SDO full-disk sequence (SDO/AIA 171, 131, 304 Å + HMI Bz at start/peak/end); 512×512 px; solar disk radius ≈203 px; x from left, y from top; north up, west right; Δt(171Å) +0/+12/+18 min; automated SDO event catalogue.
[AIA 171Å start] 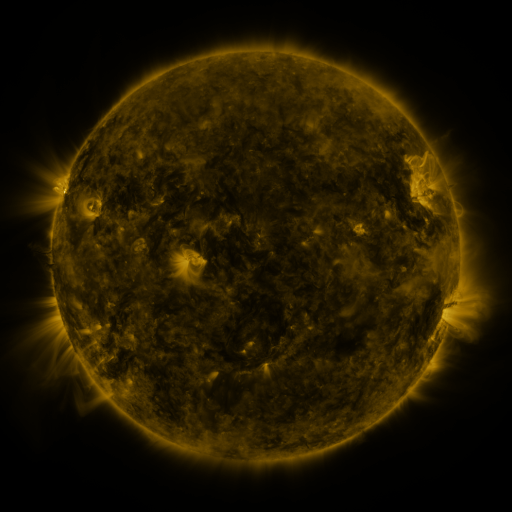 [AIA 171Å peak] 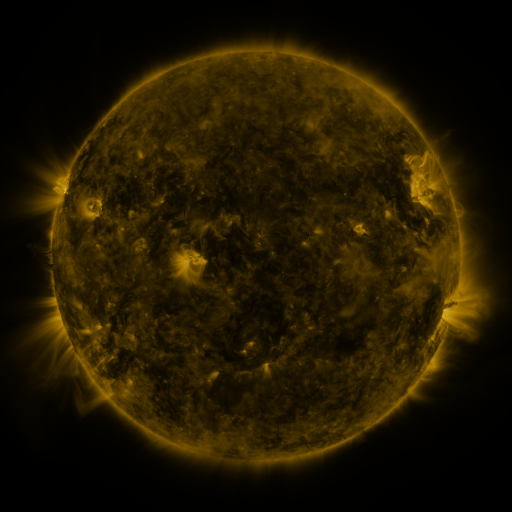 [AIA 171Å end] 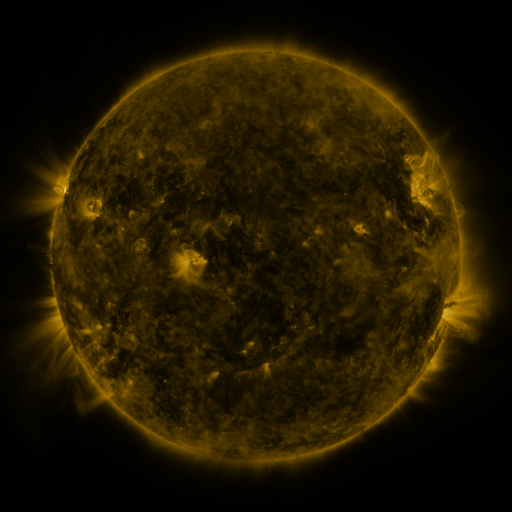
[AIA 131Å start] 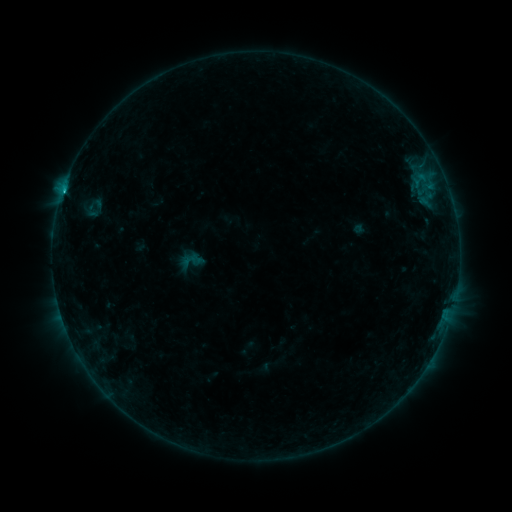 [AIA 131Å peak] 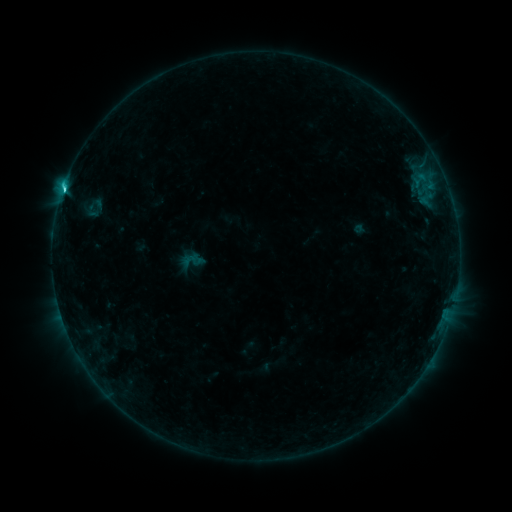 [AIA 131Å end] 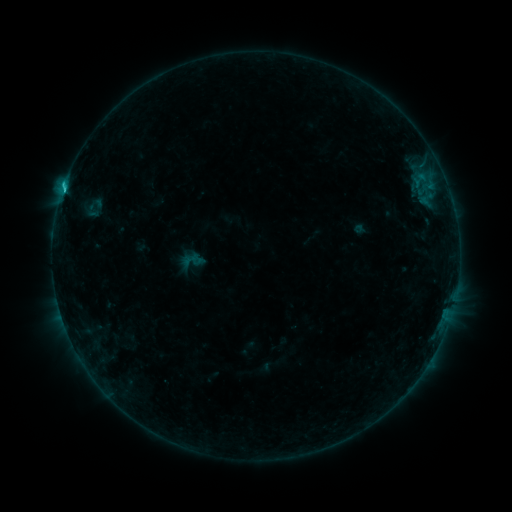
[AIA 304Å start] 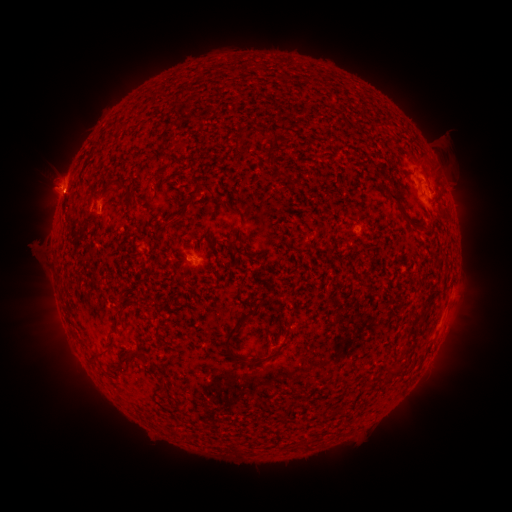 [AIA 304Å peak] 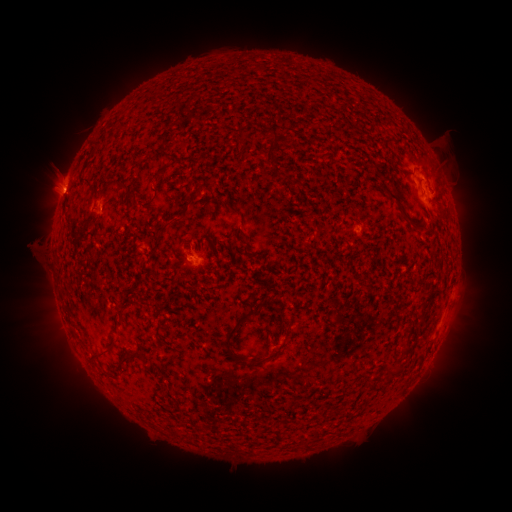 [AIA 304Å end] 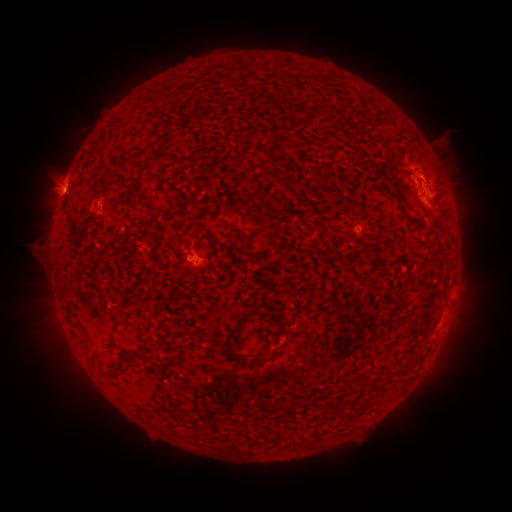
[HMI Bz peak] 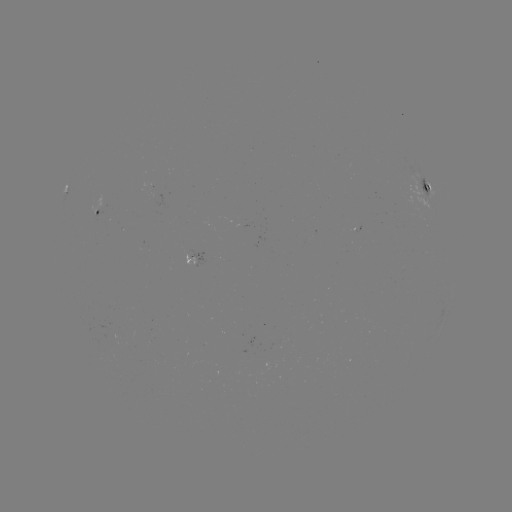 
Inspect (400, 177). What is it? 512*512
C1.9 flare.